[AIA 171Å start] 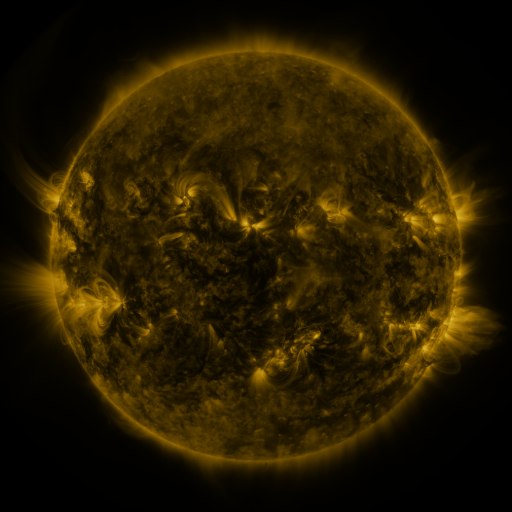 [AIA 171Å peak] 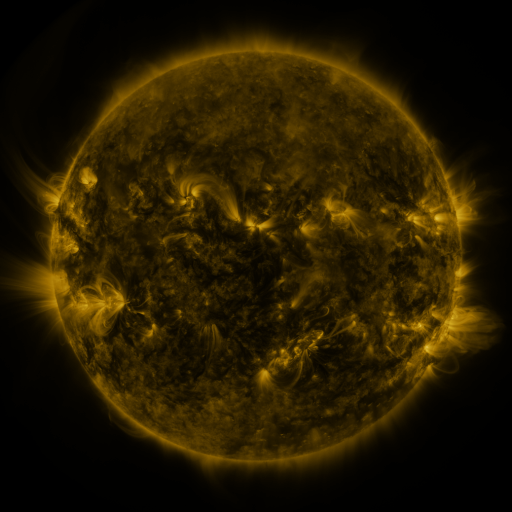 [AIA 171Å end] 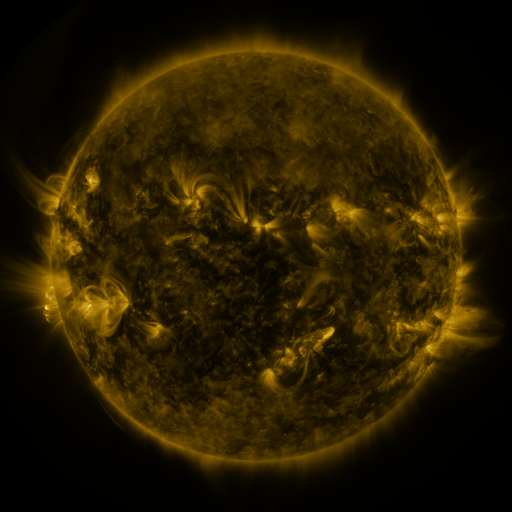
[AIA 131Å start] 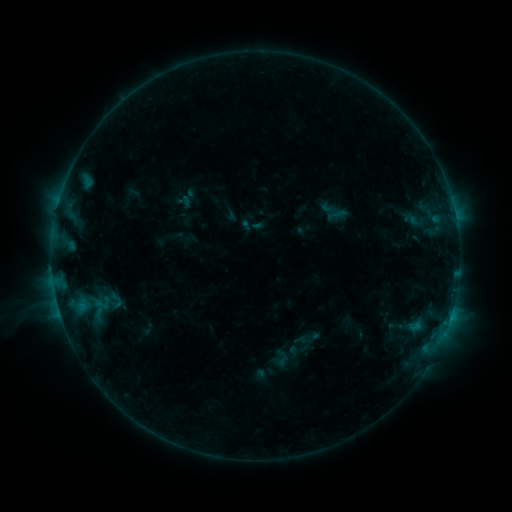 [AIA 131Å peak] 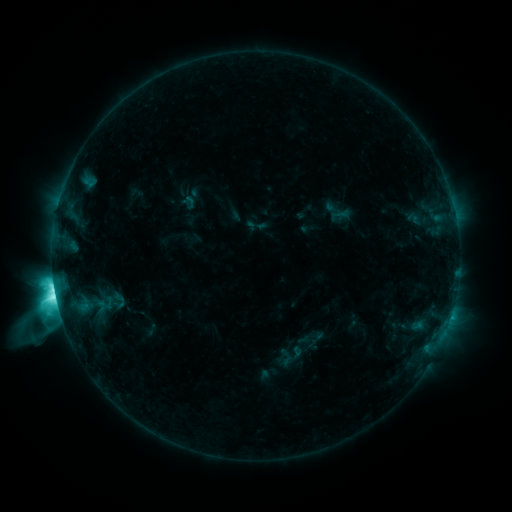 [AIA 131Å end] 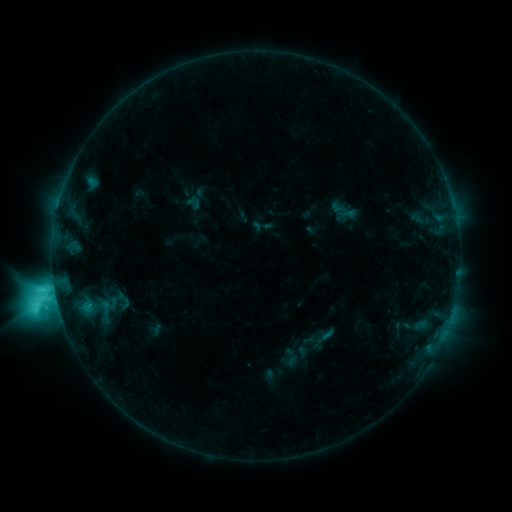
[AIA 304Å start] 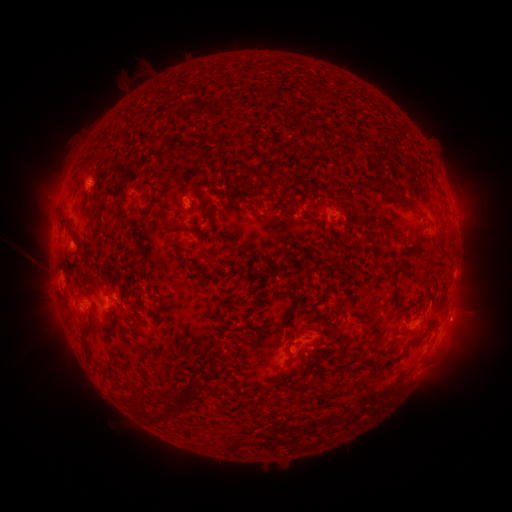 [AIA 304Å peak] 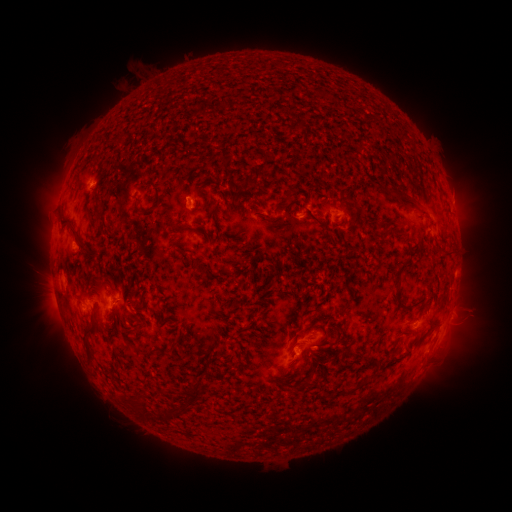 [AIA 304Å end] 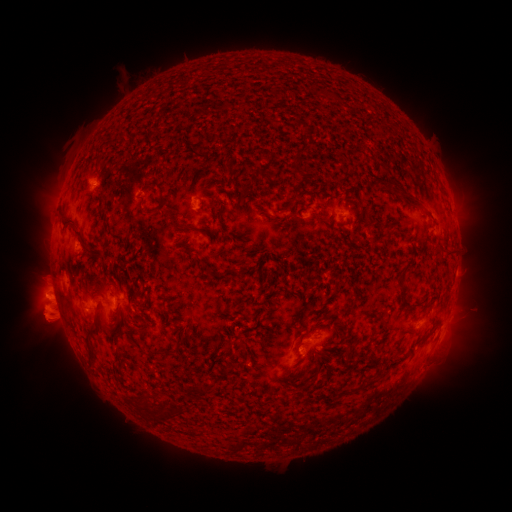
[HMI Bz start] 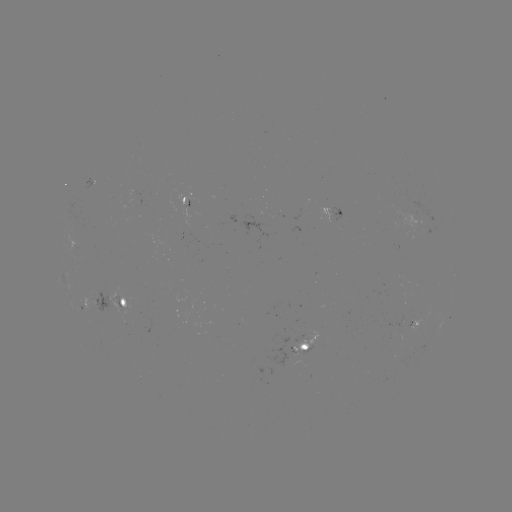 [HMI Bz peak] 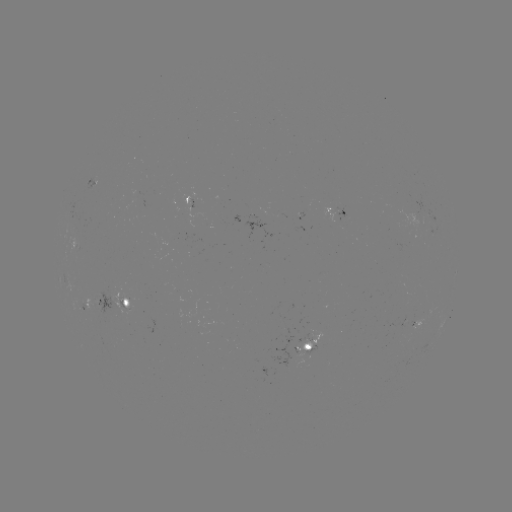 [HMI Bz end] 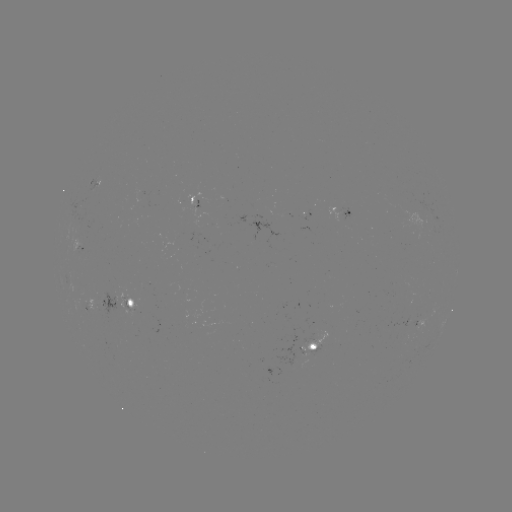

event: flare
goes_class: M2.2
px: (56, 295)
